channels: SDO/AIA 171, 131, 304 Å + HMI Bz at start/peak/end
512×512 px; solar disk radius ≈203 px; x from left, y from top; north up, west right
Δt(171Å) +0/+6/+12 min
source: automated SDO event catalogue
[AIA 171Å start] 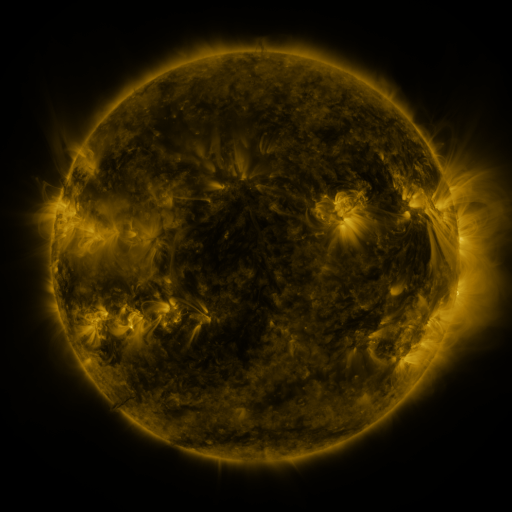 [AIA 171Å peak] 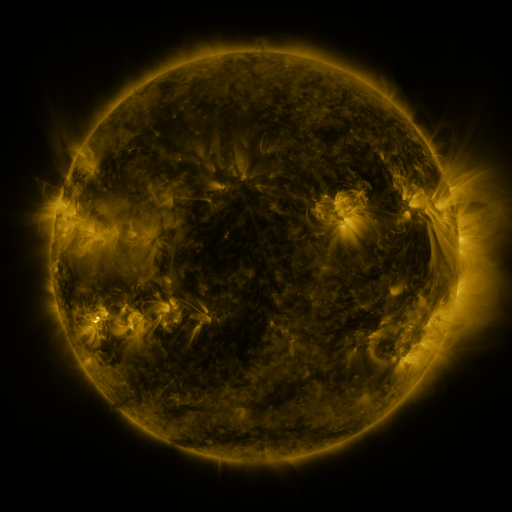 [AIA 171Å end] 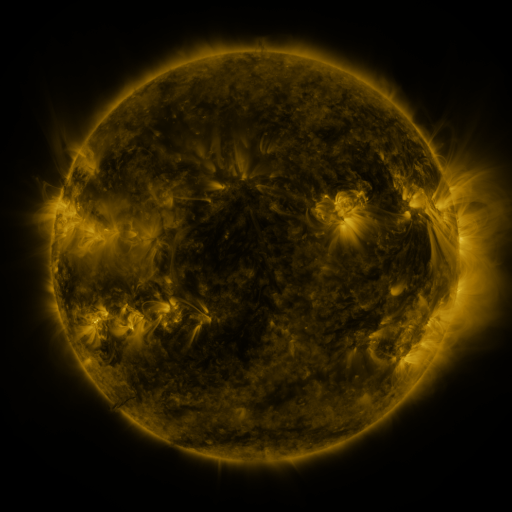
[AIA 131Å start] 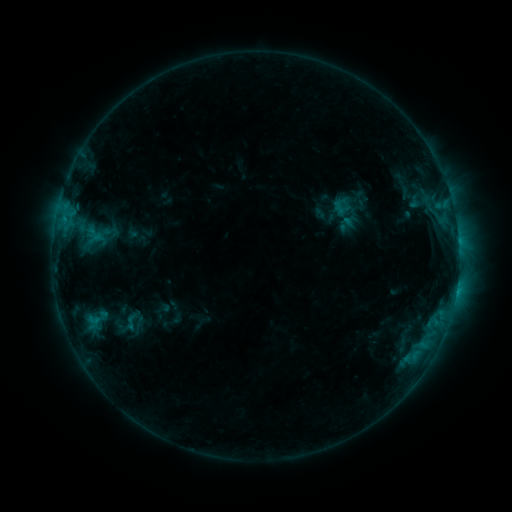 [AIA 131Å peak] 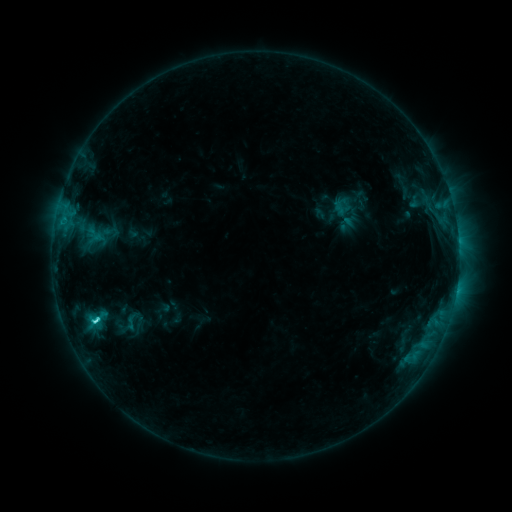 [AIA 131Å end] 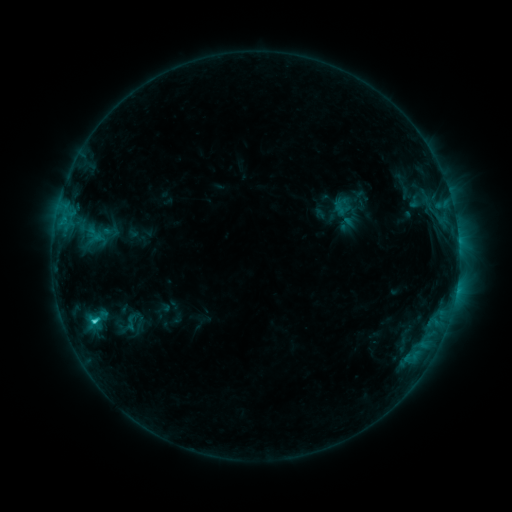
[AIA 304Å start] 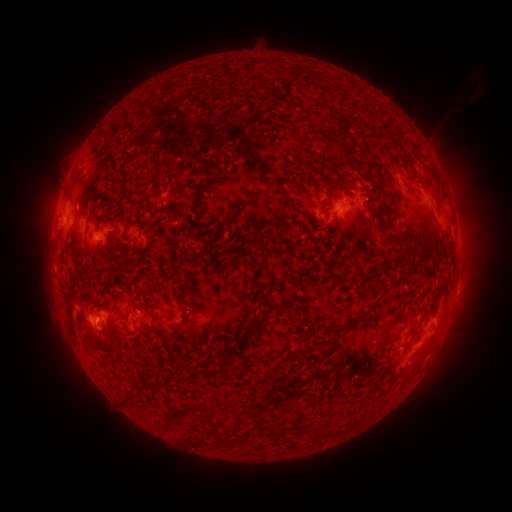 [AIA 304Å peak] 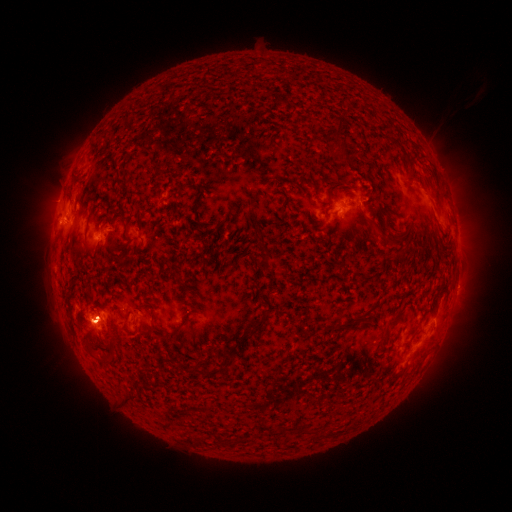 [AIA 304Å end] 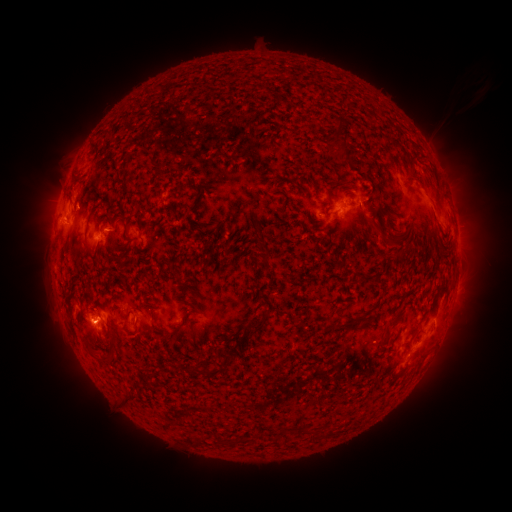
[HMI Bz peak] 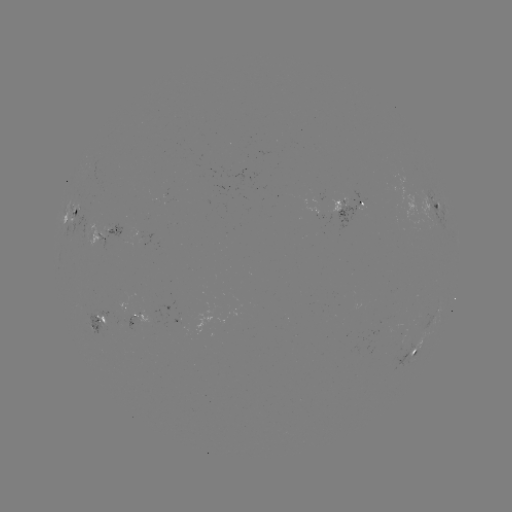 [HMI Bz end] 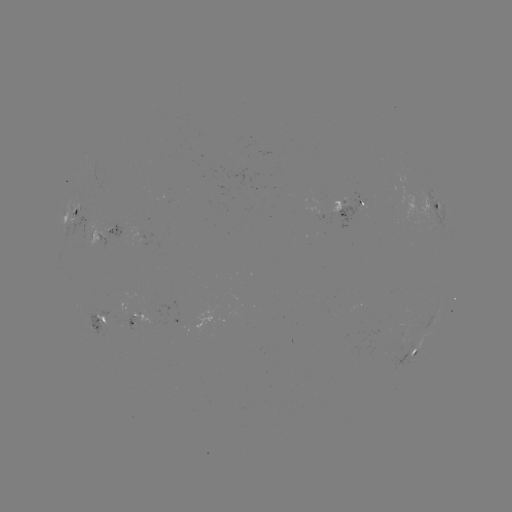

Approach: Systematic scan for C2.9 flare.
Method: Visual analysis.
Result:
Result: C2.9 flare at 96,318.